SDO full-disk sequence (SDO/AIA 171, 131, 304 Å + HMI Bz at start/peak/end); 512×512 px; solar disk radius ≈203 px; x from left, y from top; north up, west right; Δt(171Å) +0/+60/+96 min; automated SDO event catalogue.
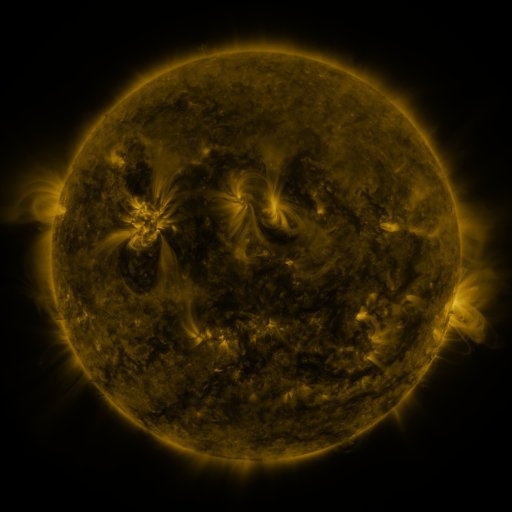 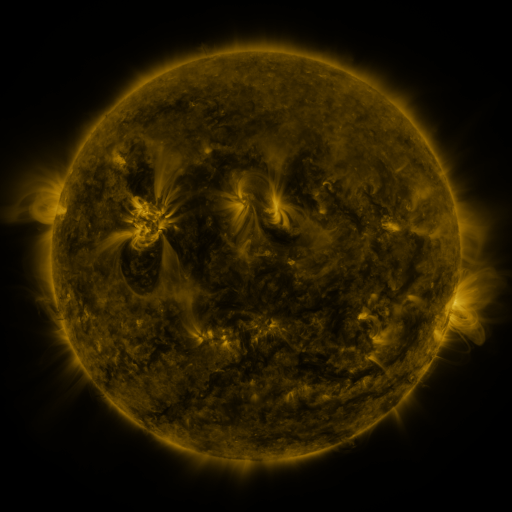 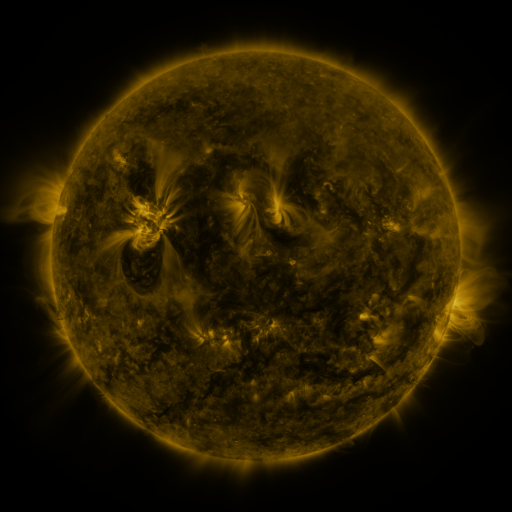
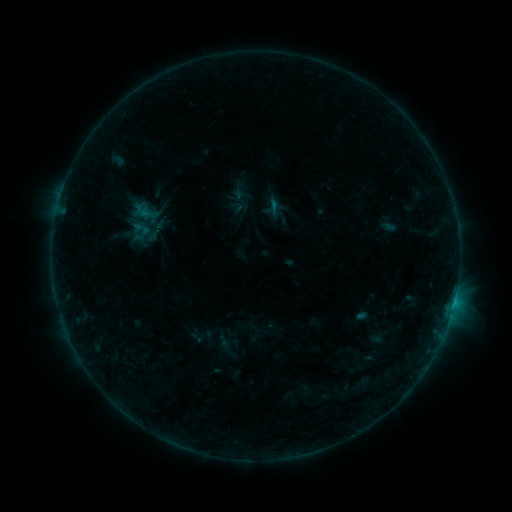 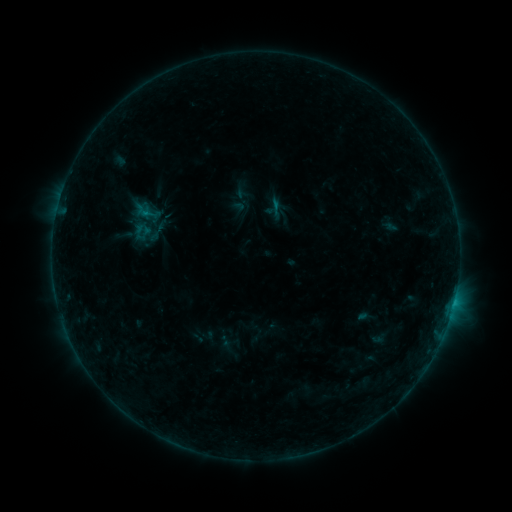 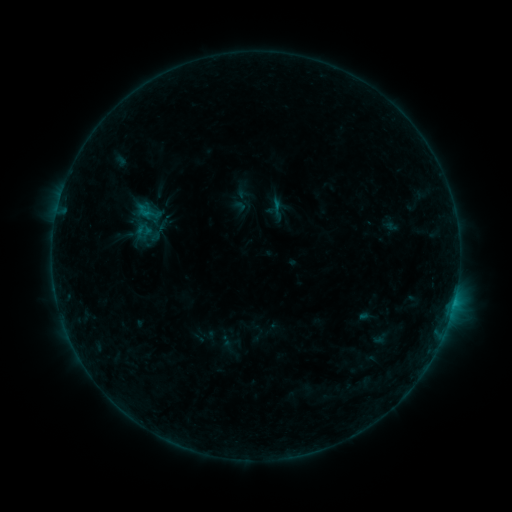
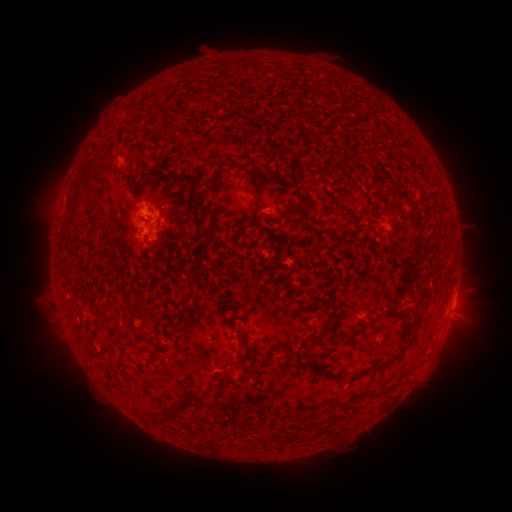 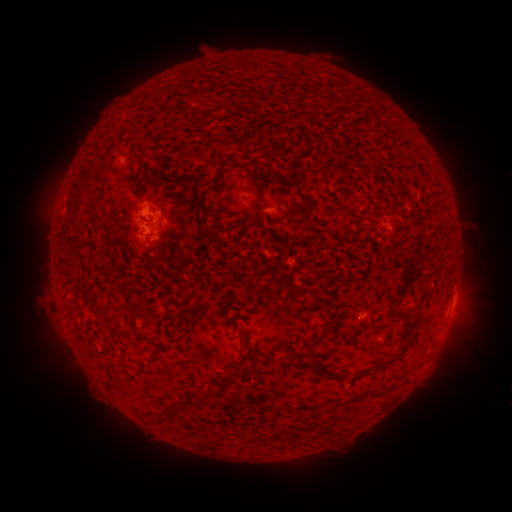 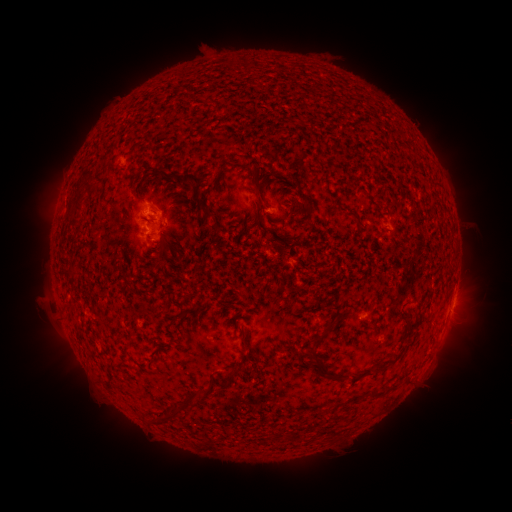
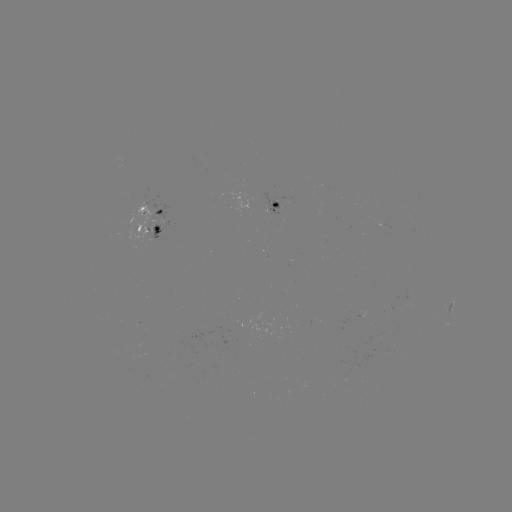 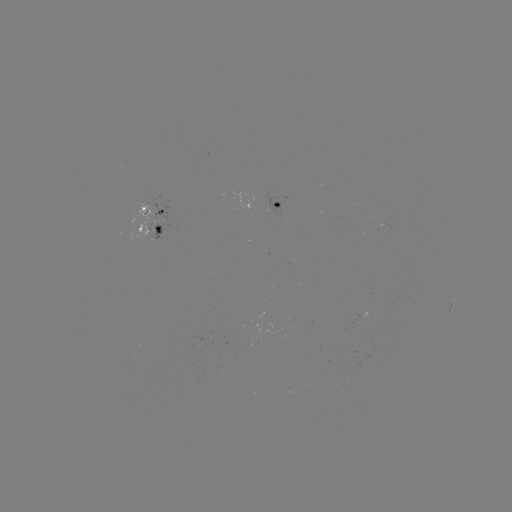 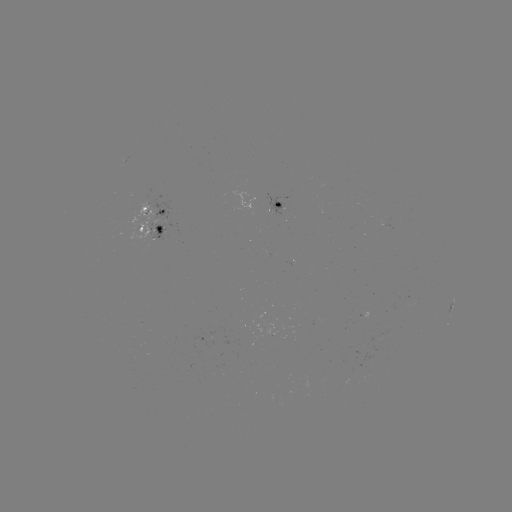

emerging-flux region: <bbox>264, 193, 281, 215</bbox>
